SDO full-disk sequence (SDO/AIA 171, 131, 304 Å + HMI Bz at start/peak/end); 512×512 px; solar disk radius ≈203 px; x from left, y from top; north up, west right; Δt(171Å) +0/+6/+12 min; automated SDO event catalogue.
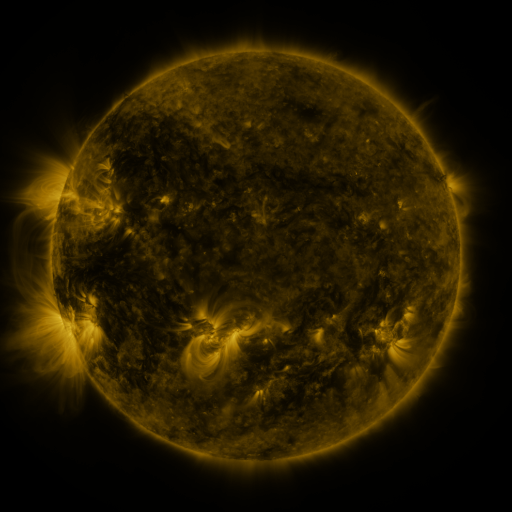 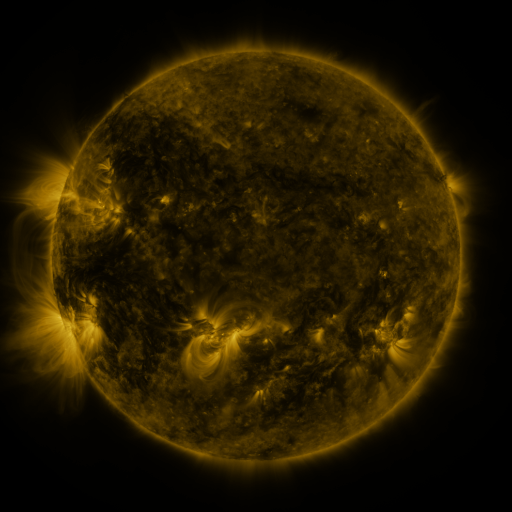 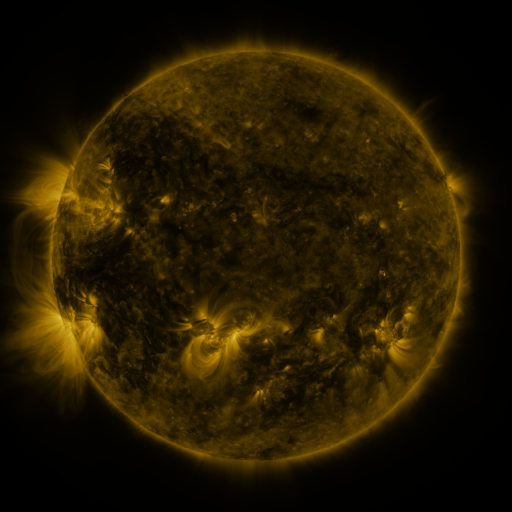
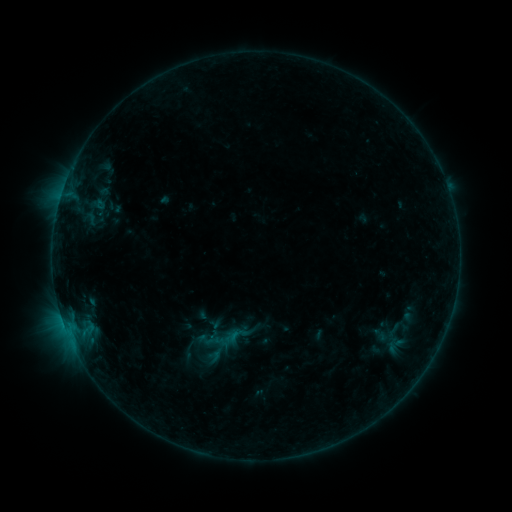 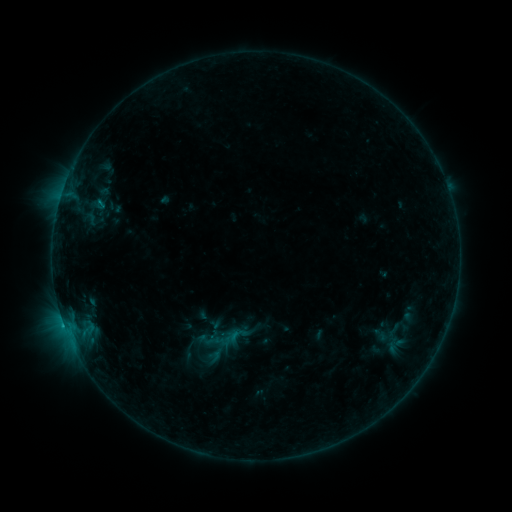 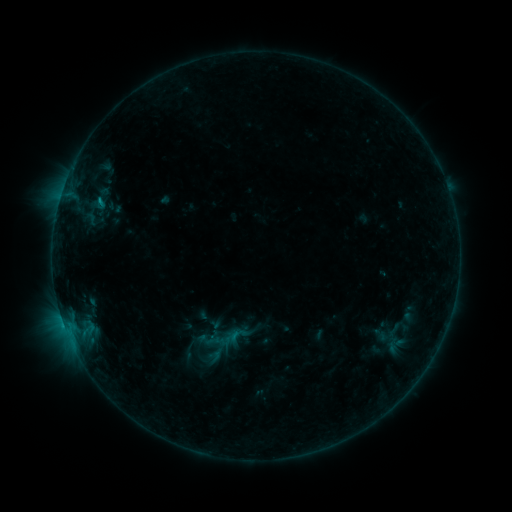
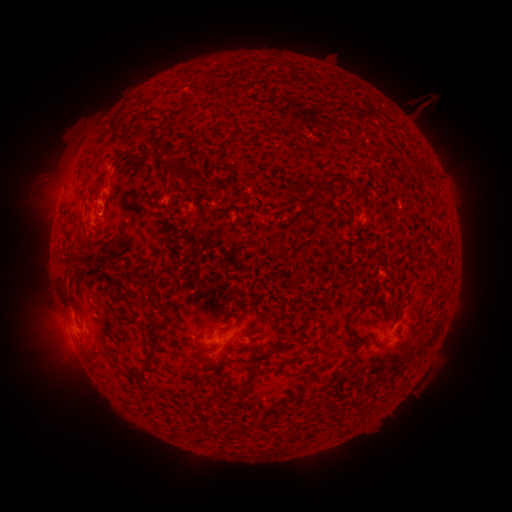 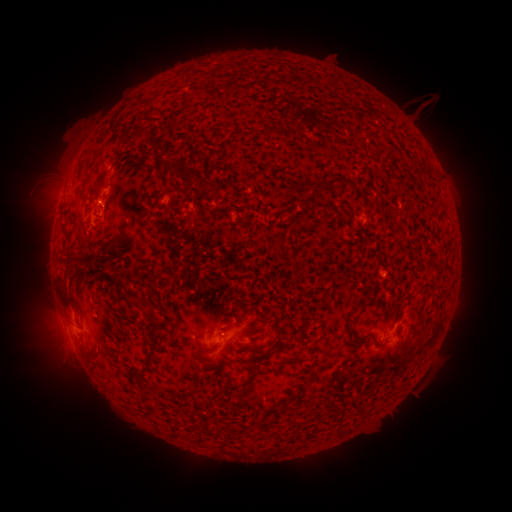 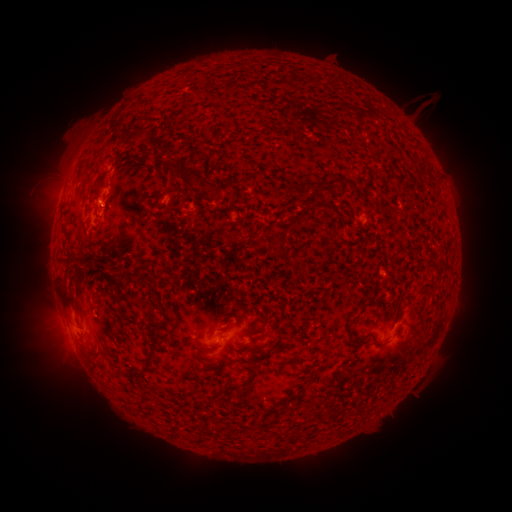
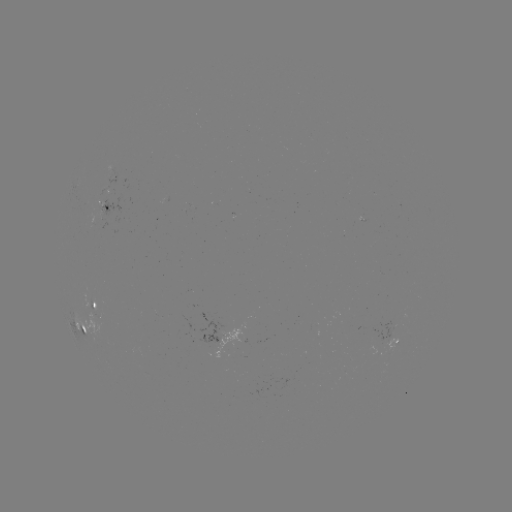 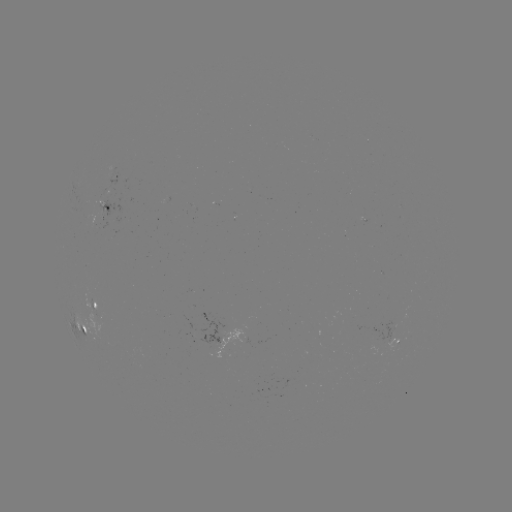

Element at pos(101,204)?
B5.9 flare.